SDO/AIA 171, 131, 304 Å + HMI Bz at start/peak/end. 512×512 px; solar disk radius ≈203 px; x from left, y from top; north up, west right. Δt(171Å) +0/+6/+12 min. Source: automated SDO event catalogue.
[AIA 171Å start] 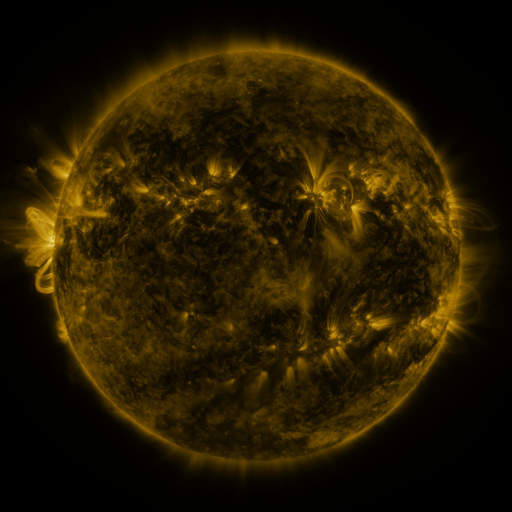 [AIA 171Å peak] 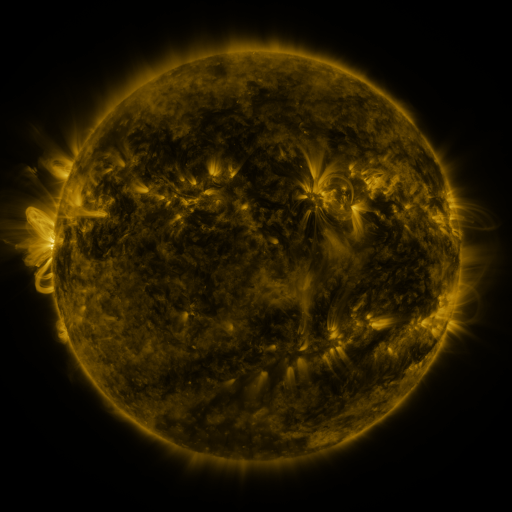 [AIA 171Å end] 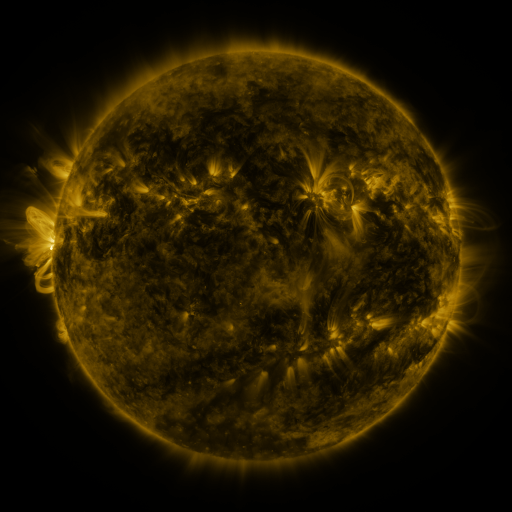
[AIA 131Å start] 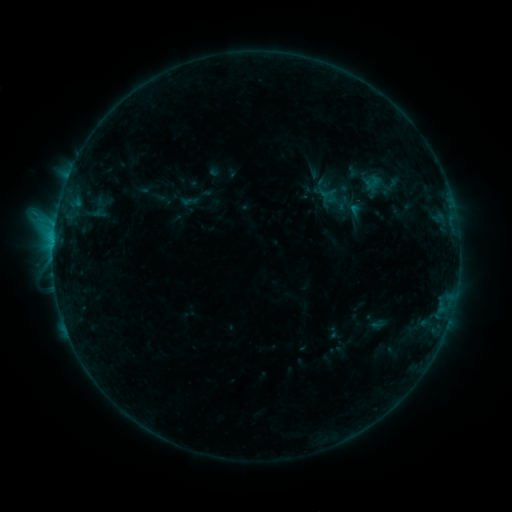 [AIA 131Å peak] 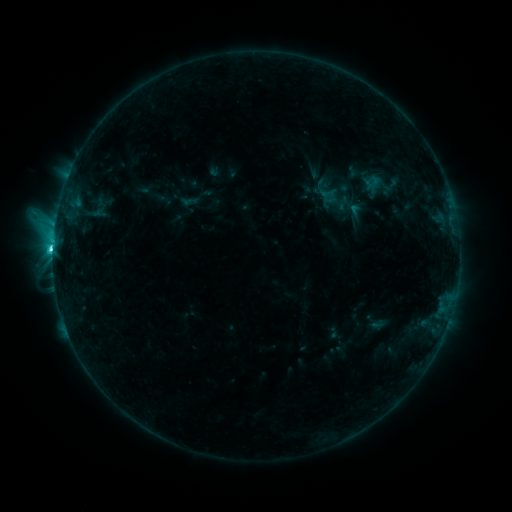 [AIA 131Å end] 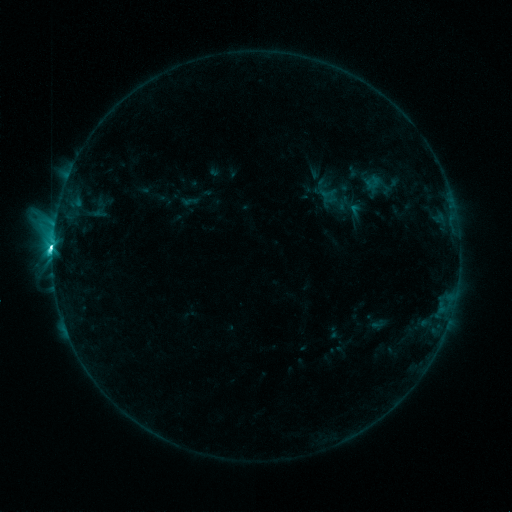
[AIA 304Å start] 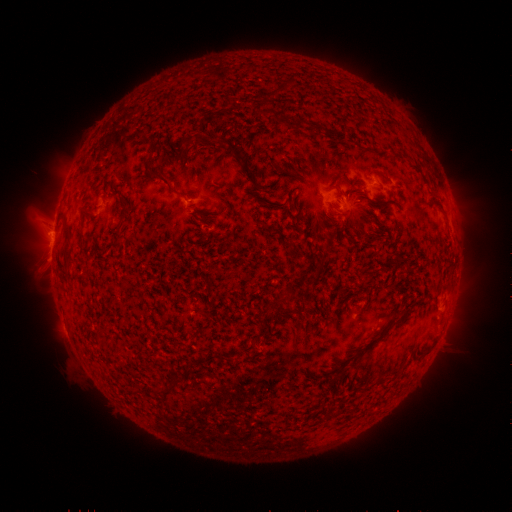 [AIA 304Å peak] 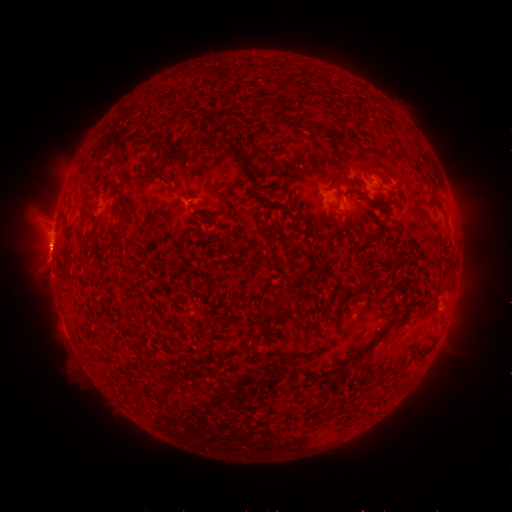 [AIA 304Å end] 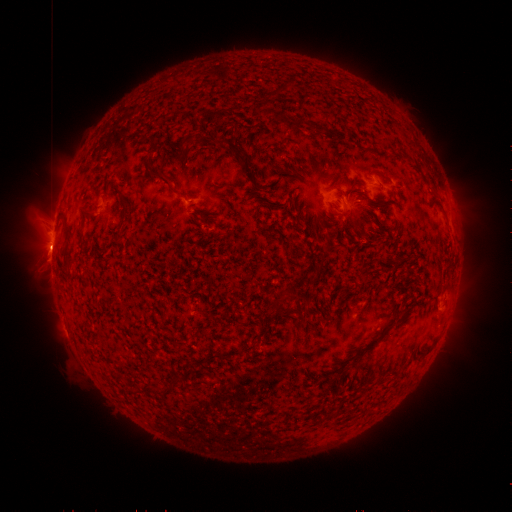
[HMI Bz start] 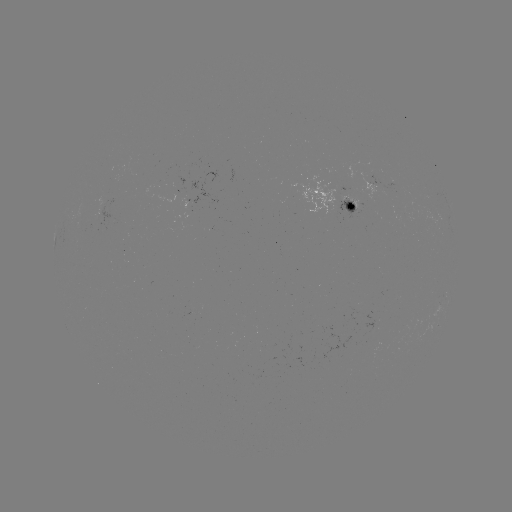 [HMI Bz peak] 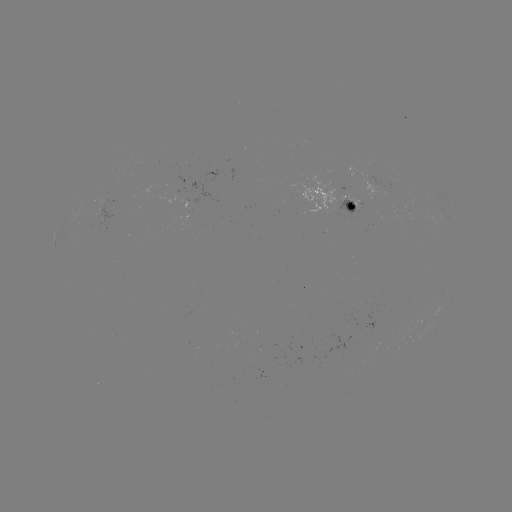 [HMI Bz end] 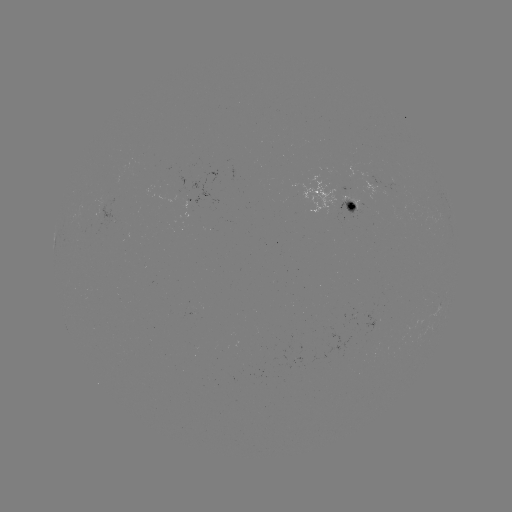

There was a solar flare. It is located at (55, 251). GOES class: C9.1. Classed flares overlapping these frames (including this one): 1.